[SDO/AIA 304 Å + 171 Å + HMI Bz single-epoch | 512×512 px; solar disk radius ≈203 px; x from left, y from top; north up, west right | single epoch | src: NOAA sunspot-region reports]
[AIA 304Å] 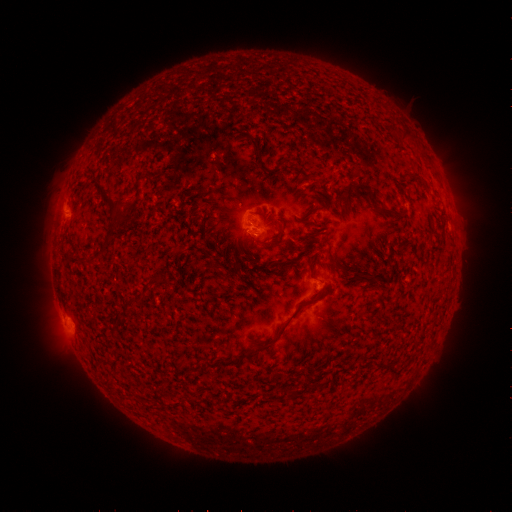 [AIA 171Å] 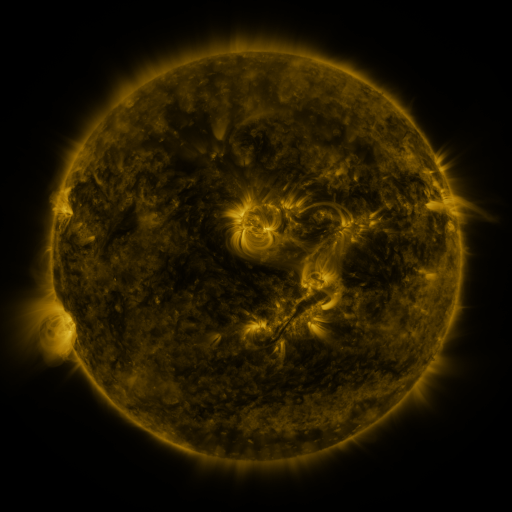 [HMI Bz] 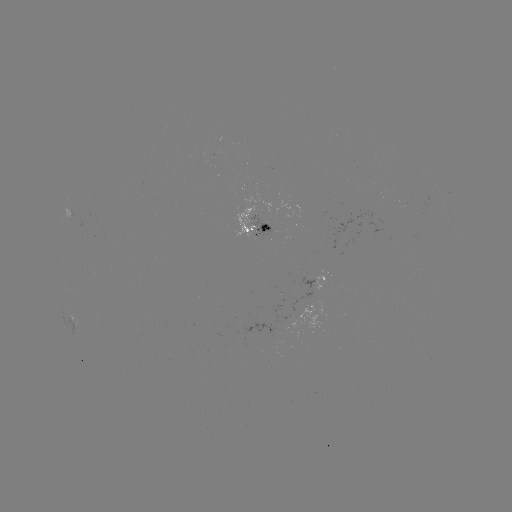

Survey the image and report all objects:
spotted active region: (259, 222)
spotted active region: (317, 280)
